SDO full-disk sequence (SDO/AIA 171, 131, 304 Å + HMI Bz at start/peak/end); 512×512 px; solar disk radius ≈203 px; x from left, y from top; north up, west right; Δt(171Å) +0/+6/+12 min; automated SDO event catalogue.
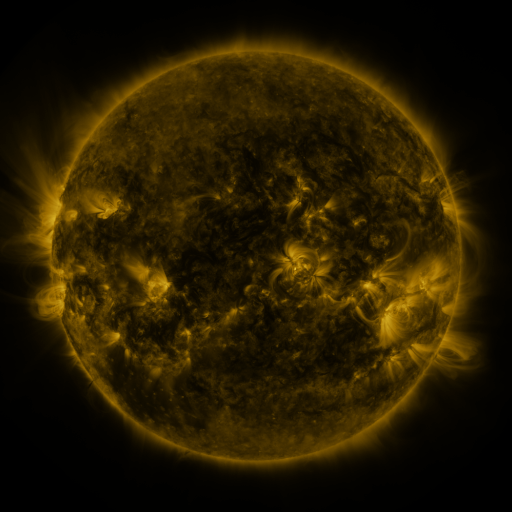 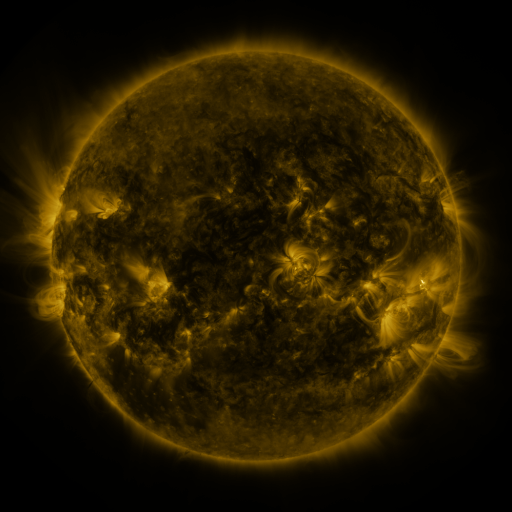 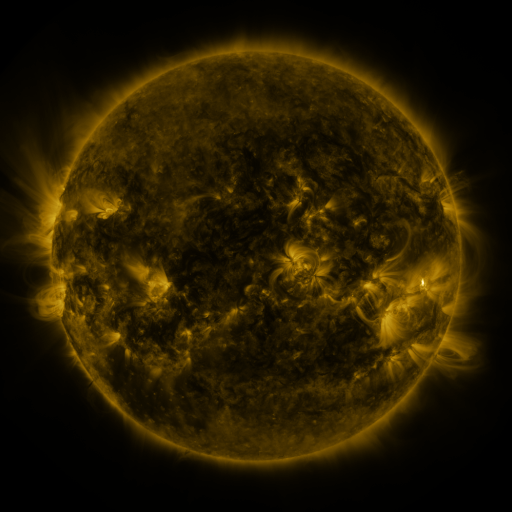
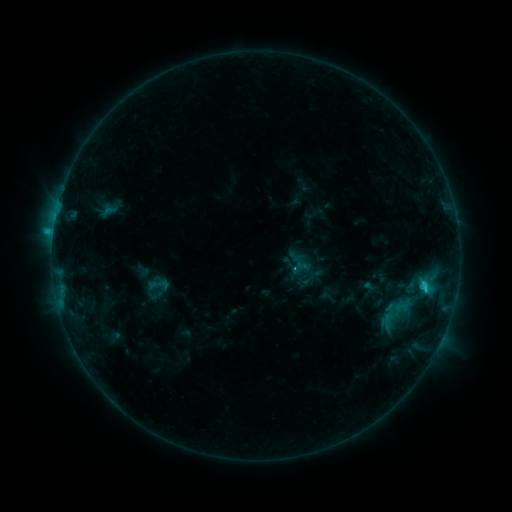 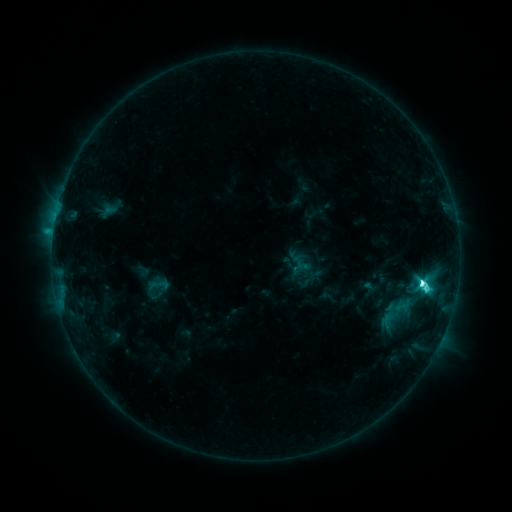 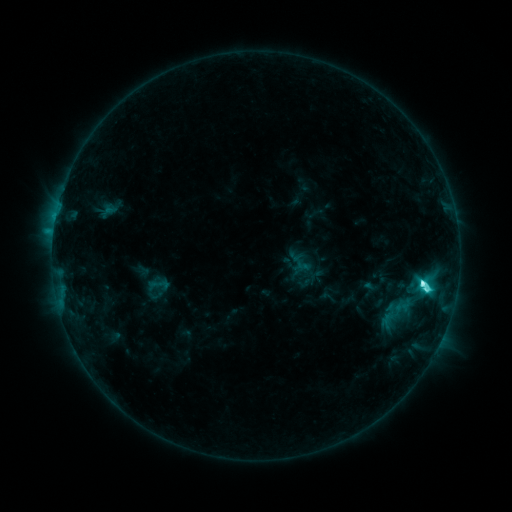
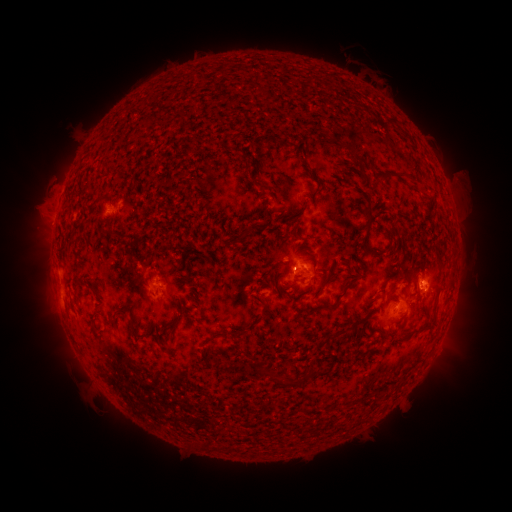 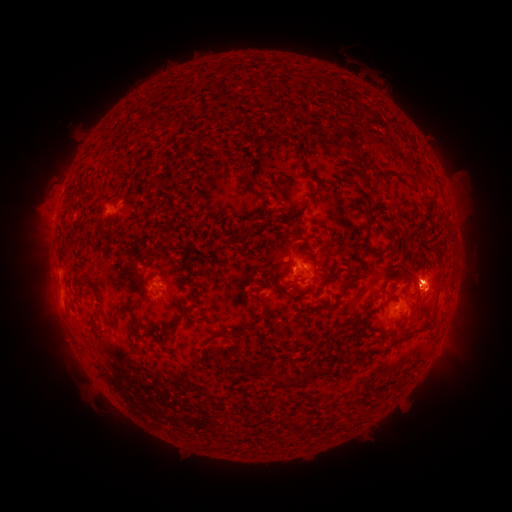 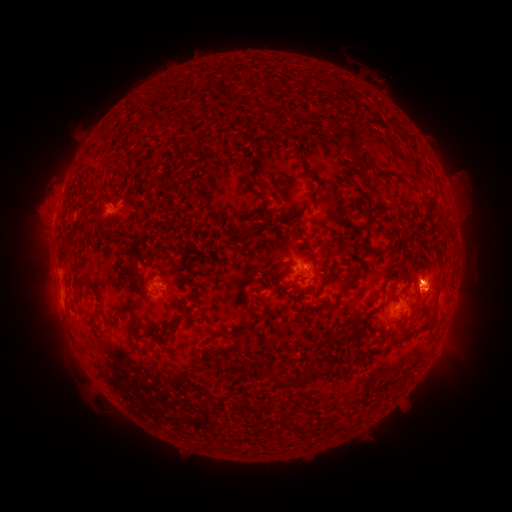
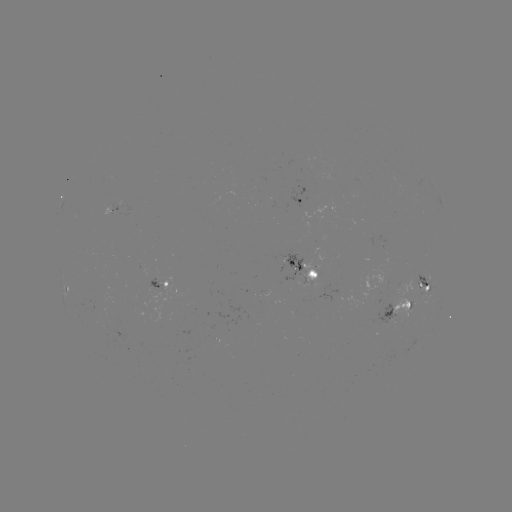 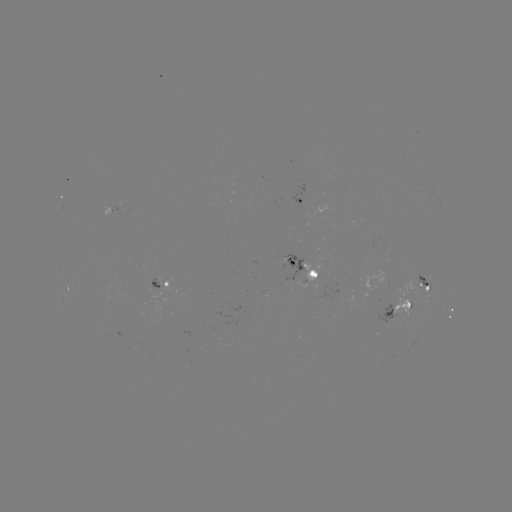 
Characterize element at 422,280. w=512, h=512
C9.2 flare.